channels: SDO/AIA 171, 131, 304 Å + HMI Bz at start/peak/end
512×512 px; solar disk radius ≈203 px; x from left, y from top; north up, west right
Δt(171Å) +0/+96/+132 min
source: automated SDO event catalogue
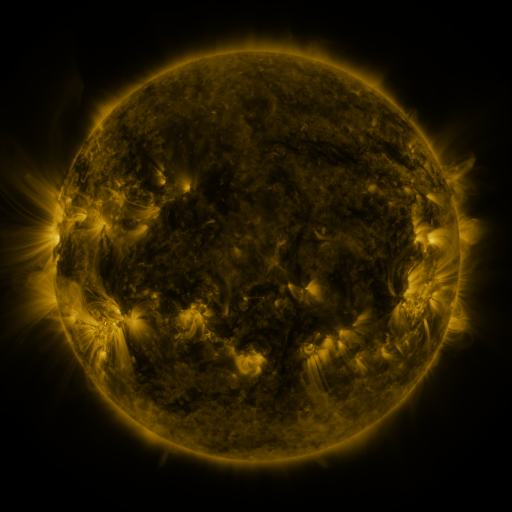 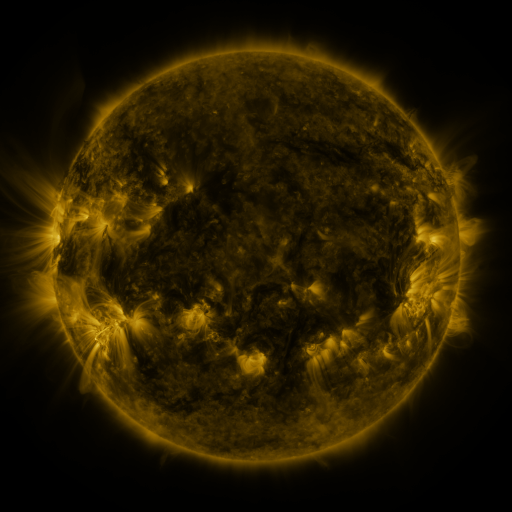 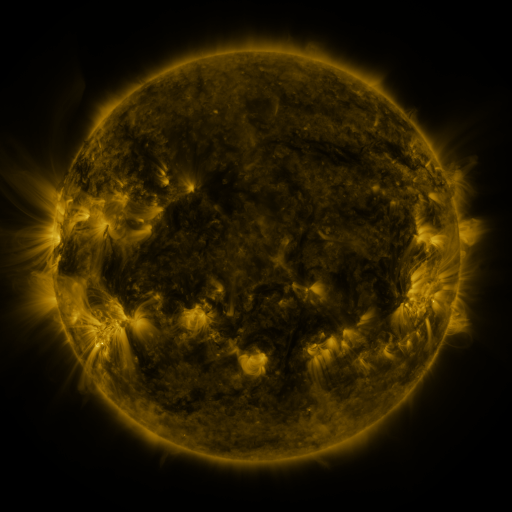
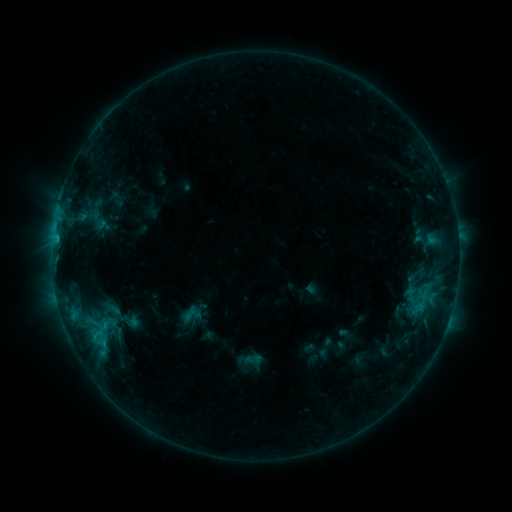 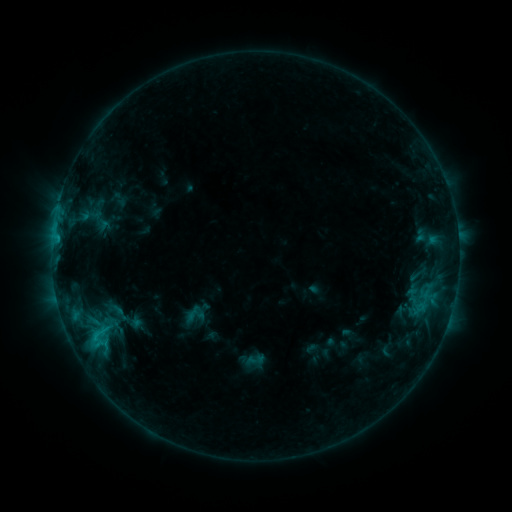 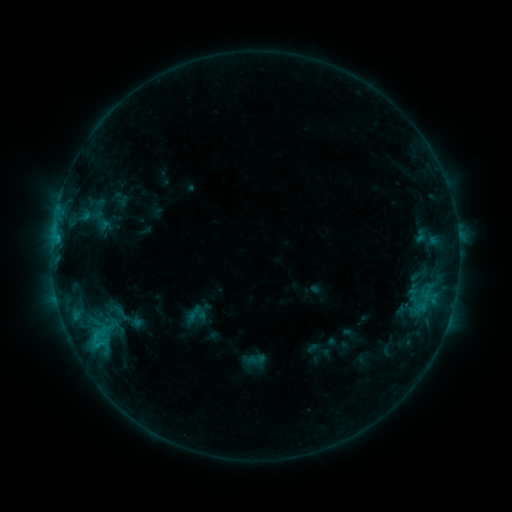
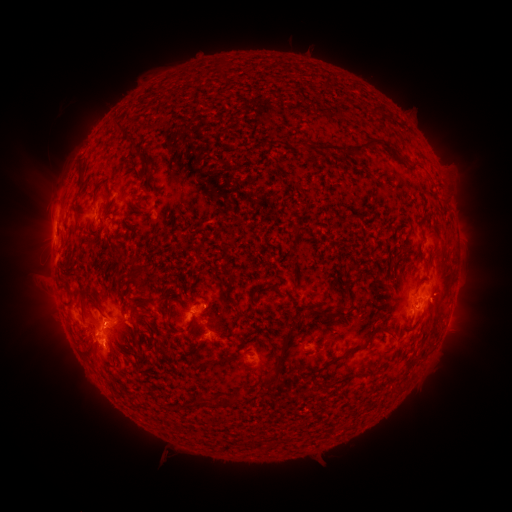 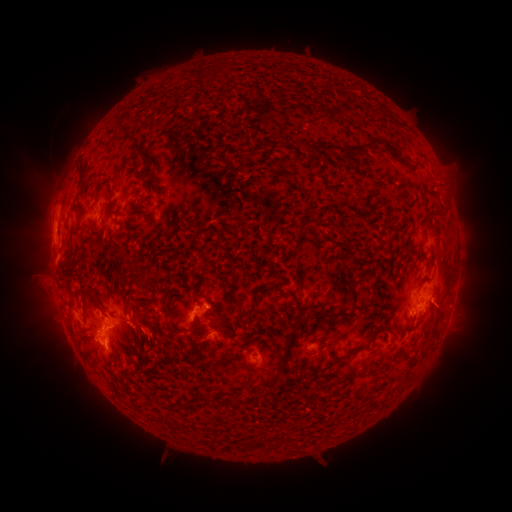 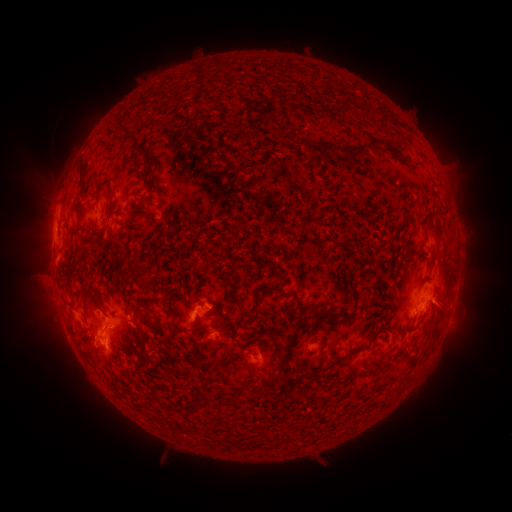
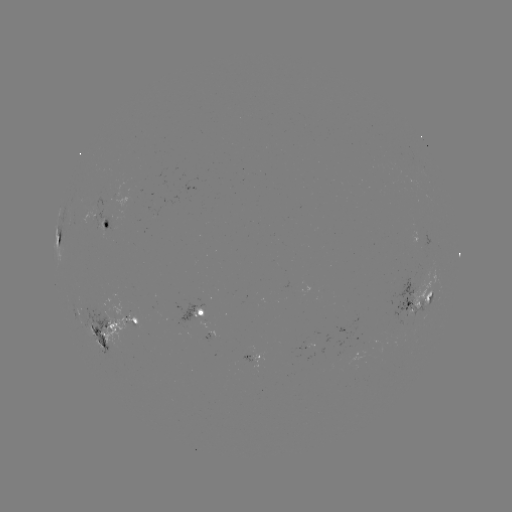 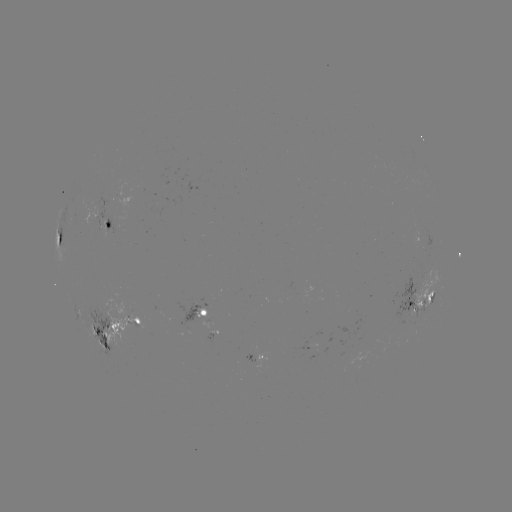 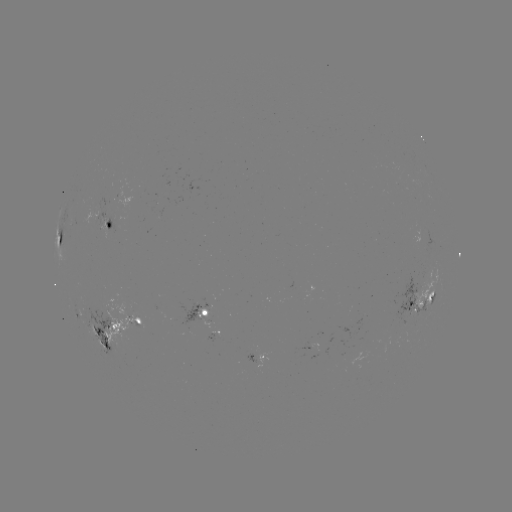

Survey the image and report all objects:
emerging-flux region: (208, 300)
